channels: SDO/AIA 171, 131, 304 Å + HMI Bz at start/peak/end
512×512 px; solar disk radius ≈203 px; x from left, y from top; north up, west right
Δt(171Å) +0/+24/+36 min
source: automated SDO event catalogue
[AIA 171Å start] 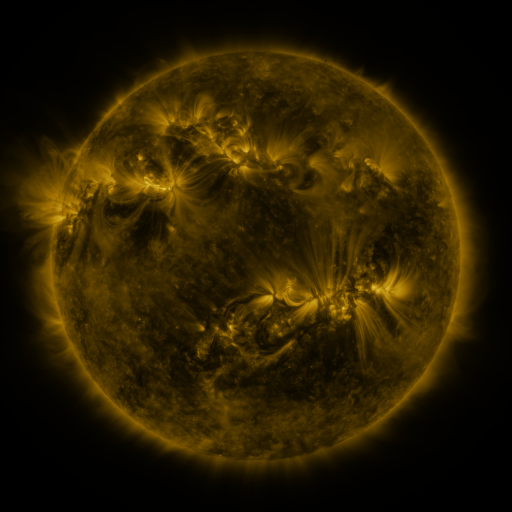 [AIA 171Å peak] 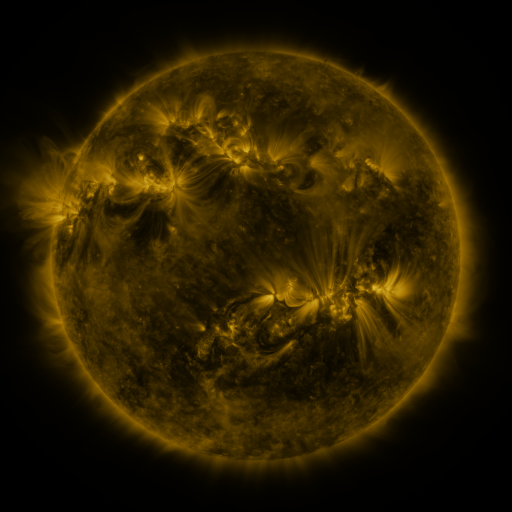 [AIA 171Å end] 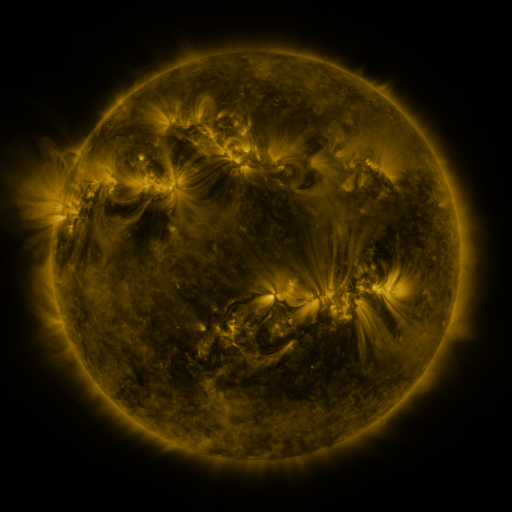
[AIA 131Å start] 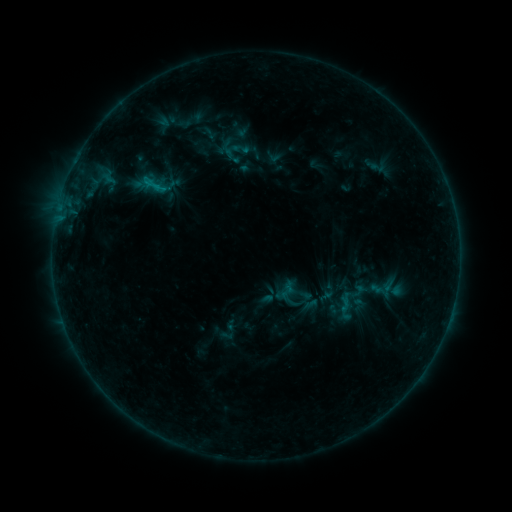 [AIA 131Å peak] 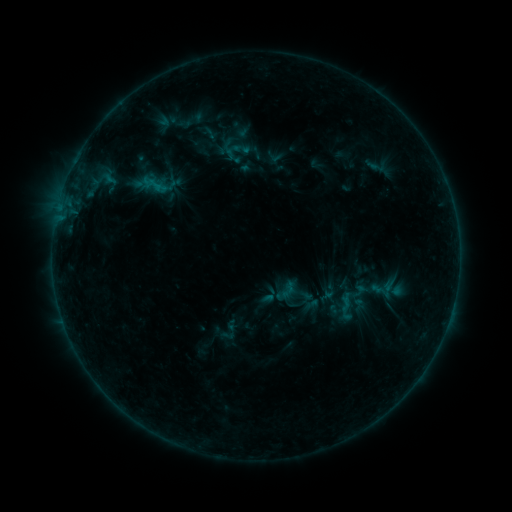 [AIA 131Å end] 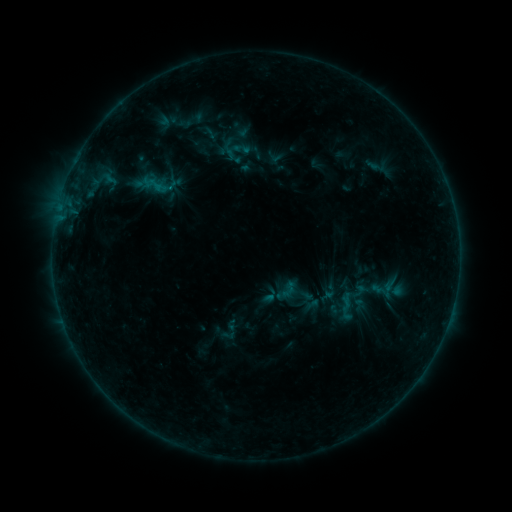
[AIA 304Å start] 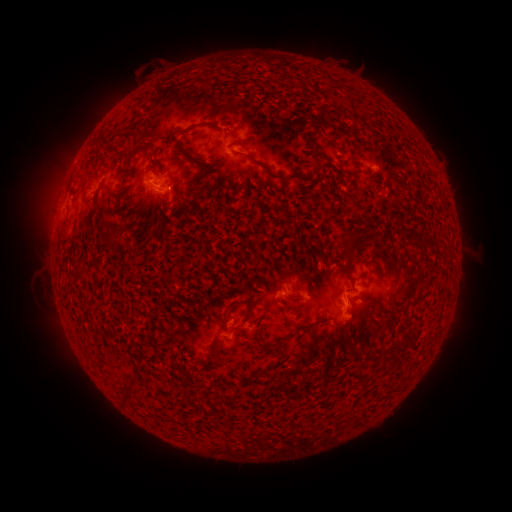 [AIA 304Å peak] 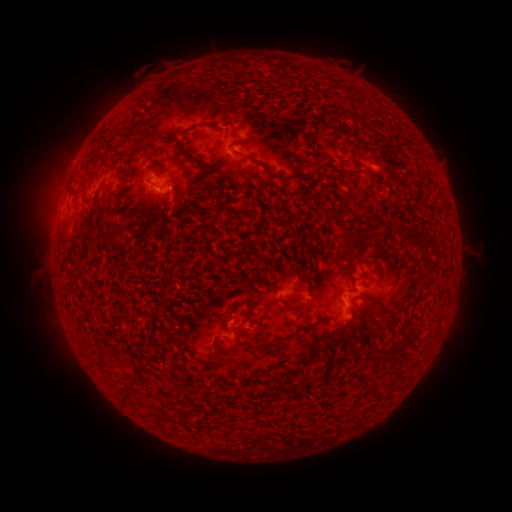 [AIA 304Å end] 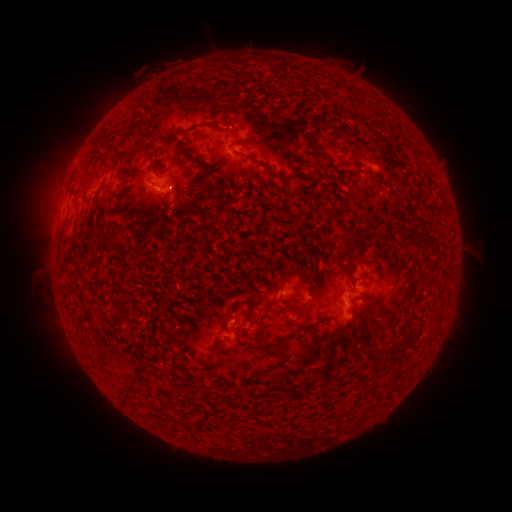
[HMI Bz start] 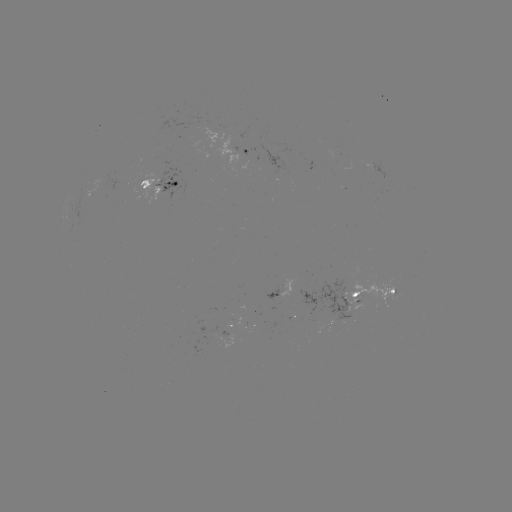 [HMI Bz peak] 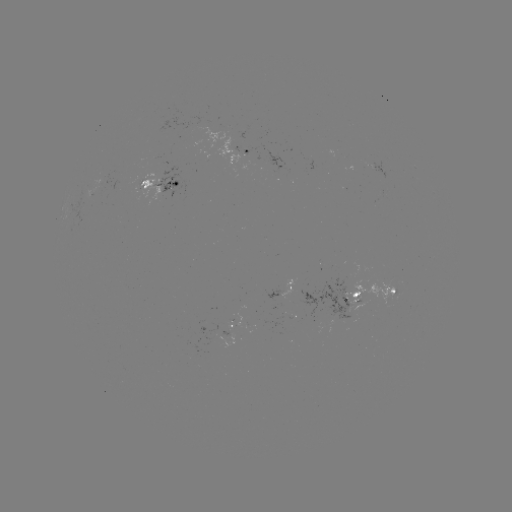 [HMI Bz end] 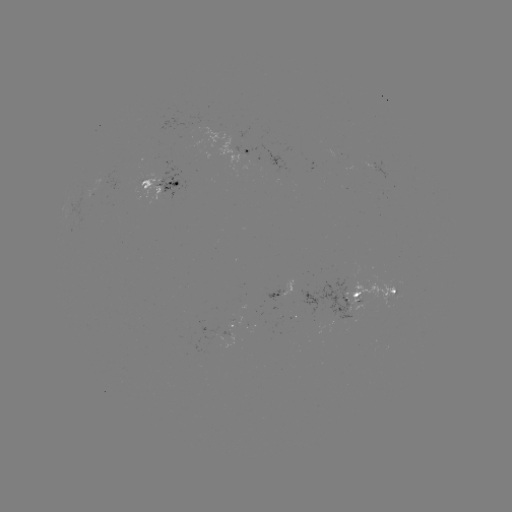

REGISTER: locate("emerging-flux region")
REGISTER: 358,293